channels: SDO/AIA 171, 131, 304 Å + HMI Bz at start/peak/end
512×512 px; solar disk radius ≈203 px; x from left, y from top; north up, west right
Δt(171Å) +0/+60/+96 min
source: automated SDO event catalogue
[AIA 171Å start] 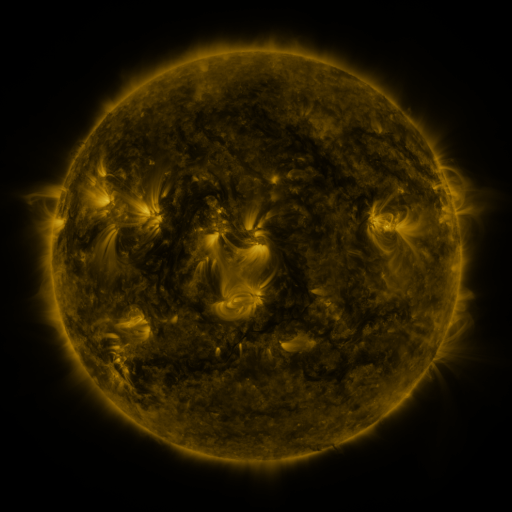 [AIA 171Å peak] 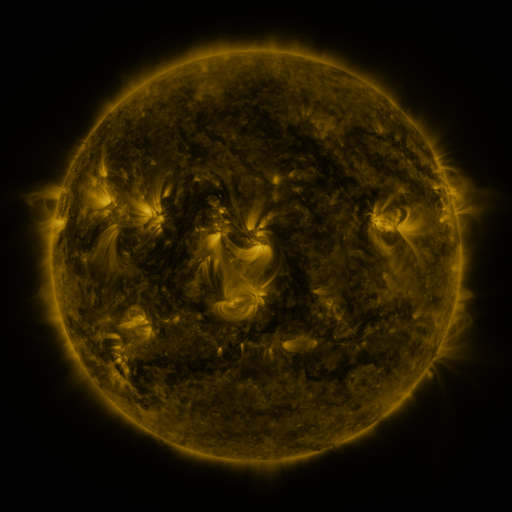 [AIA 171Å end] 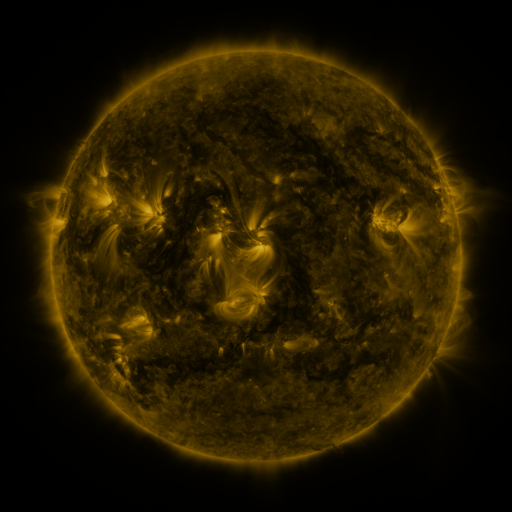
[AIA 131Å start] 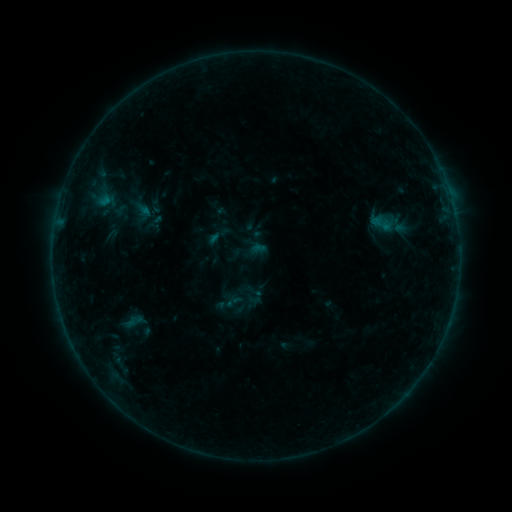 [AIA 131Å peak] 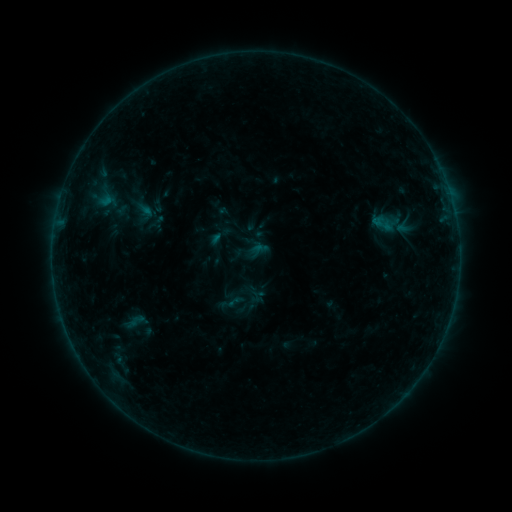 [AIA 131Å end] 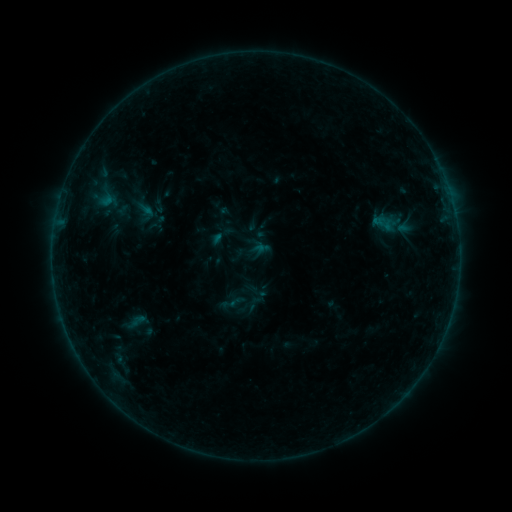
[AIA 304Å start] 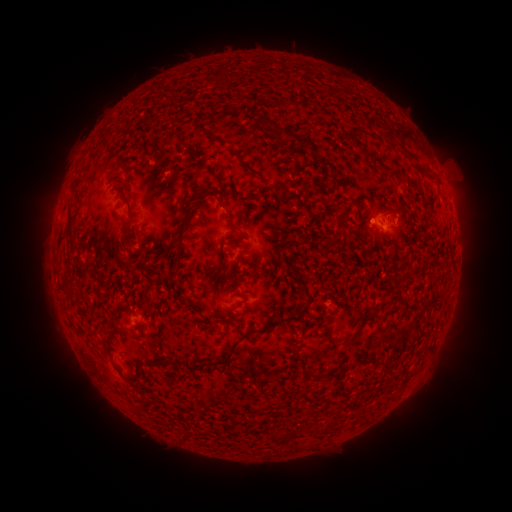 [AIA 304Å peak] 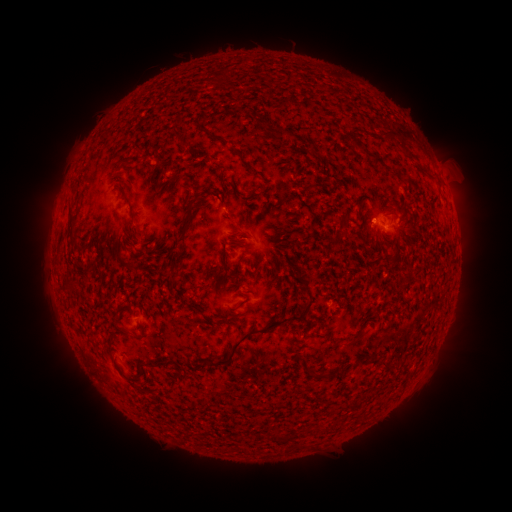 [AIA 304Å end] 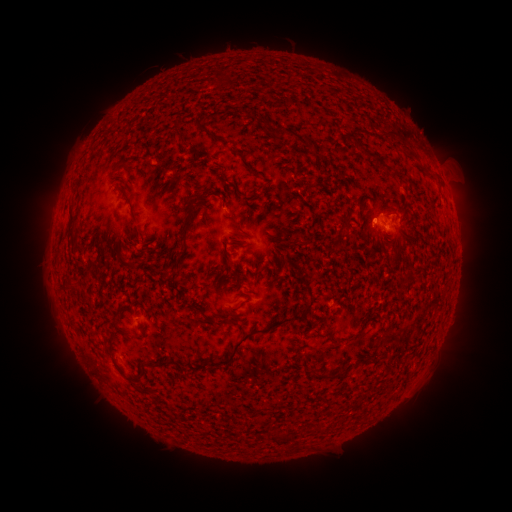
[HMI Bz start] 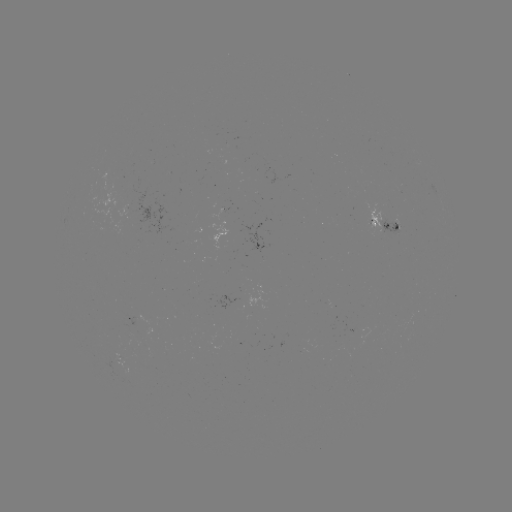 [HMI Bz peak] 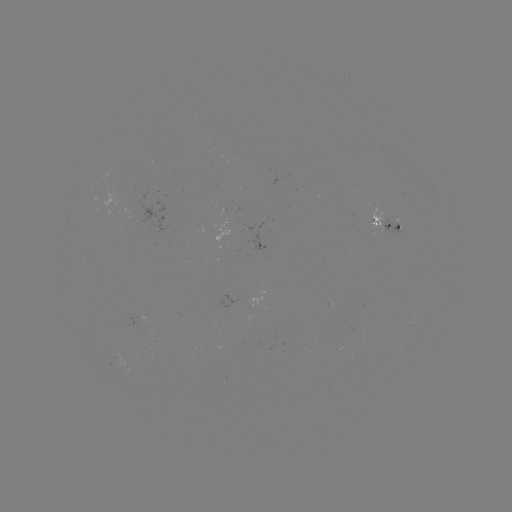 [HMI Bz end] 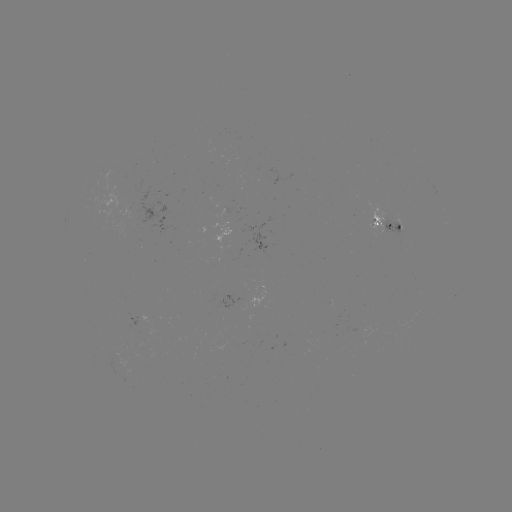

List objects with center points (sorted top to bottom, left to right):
emerging-flux region: (374, 220)
